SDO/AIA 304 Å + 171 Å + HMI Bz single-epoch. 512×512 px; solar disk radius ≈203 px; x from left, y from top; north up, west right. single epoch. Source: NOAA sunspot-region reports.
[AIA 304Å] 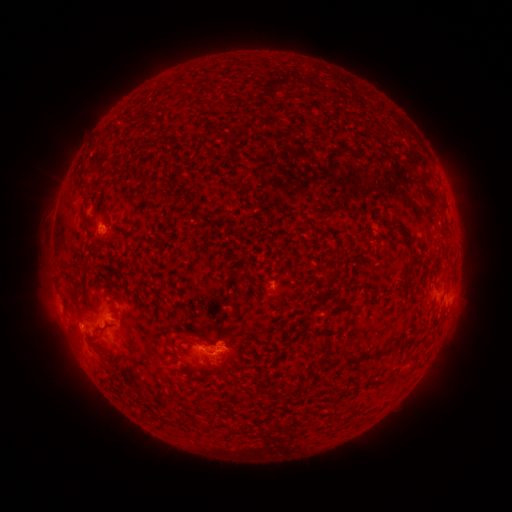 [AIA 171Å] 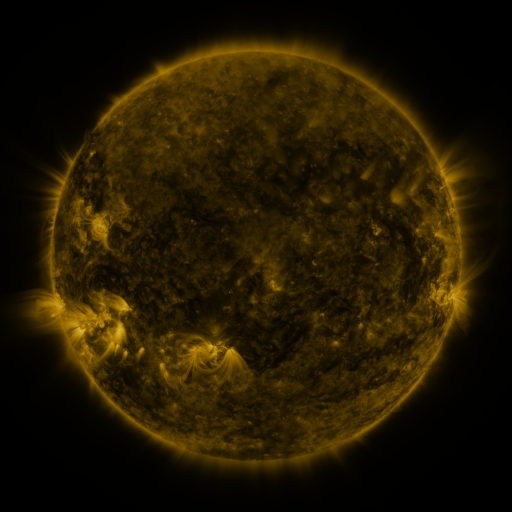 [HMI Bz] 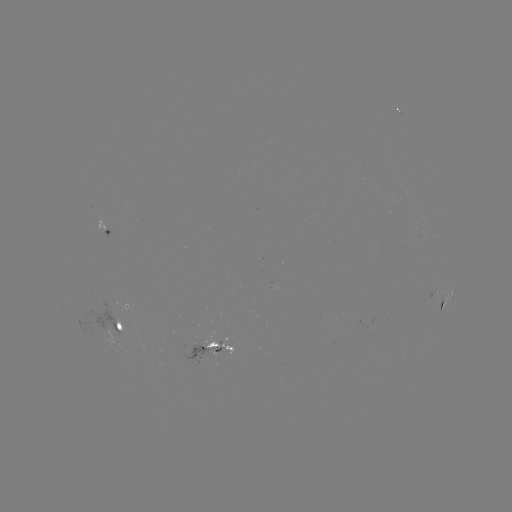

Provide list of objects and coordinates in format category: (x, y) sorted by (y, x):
spotted active region: (110, 227)
spotted active region: (449, 297)
spotted active region: (124, 326)
spotted active region: (210, 354)
